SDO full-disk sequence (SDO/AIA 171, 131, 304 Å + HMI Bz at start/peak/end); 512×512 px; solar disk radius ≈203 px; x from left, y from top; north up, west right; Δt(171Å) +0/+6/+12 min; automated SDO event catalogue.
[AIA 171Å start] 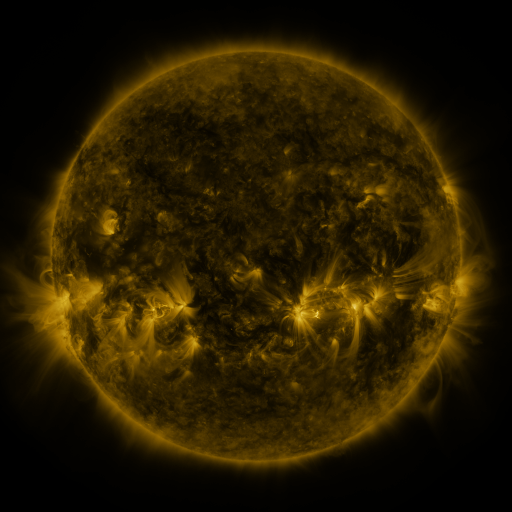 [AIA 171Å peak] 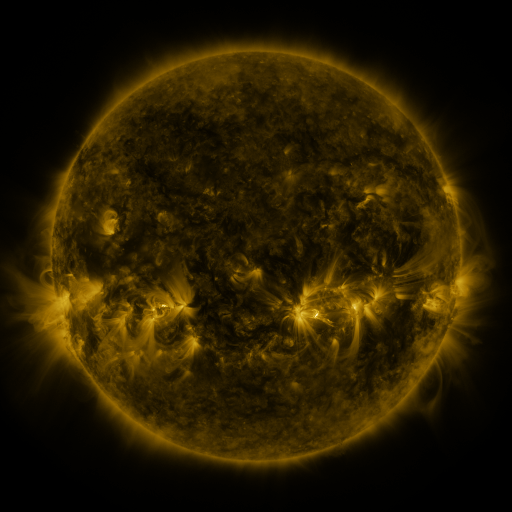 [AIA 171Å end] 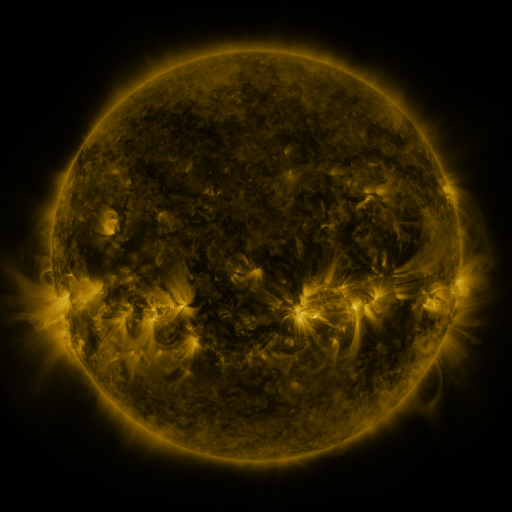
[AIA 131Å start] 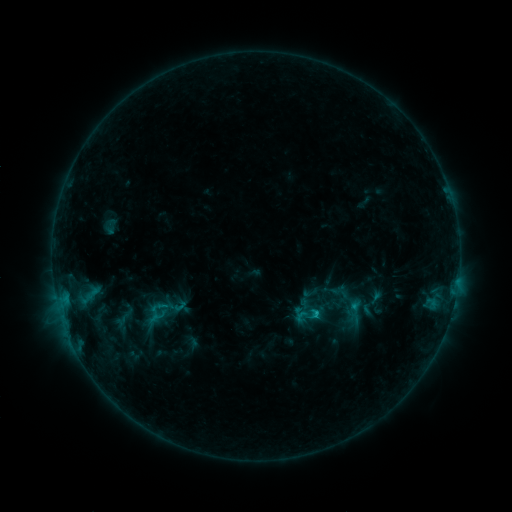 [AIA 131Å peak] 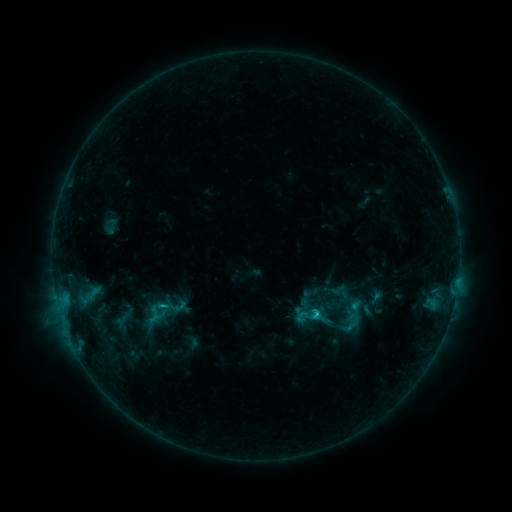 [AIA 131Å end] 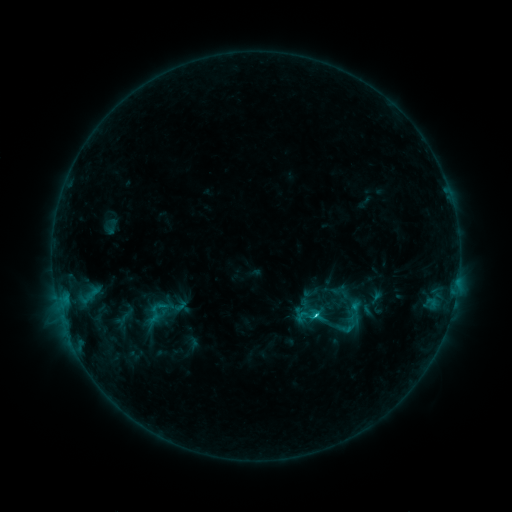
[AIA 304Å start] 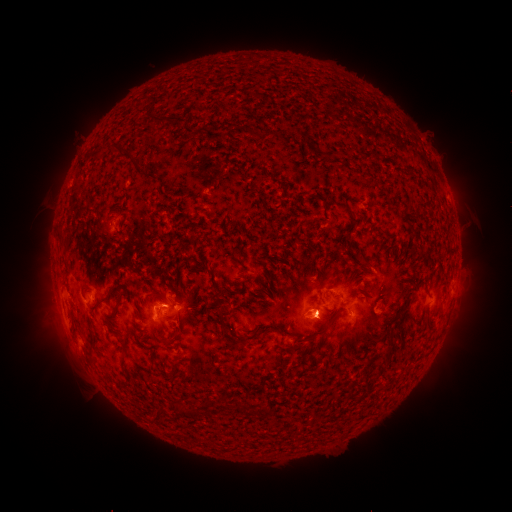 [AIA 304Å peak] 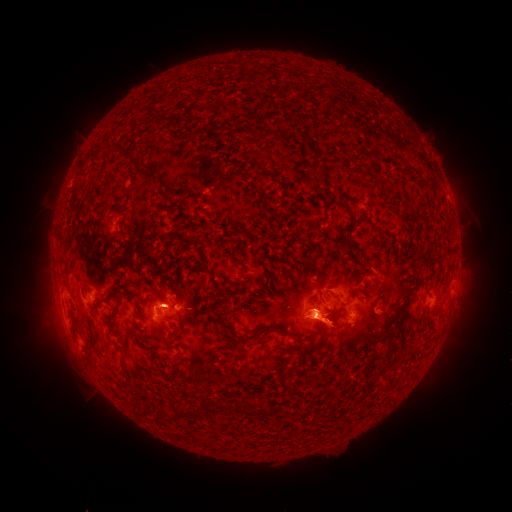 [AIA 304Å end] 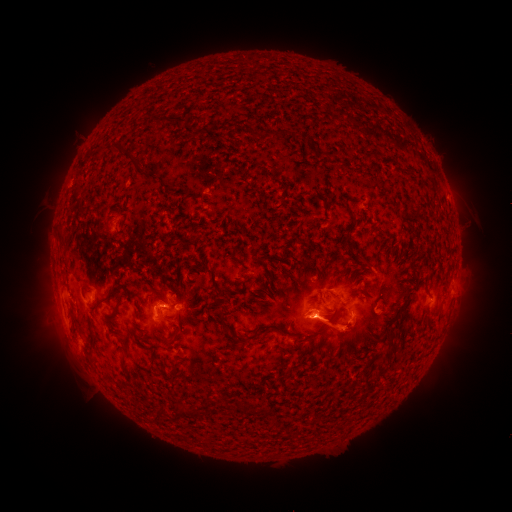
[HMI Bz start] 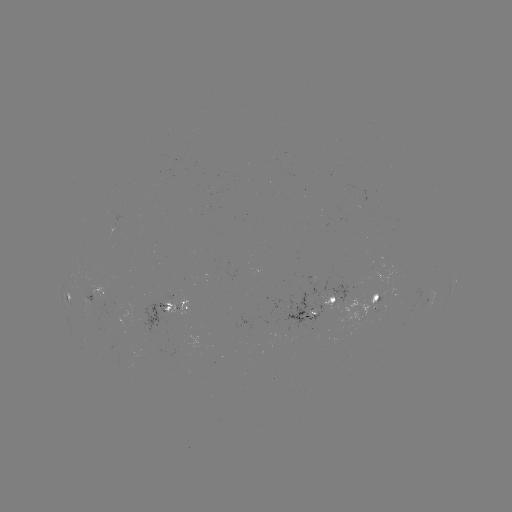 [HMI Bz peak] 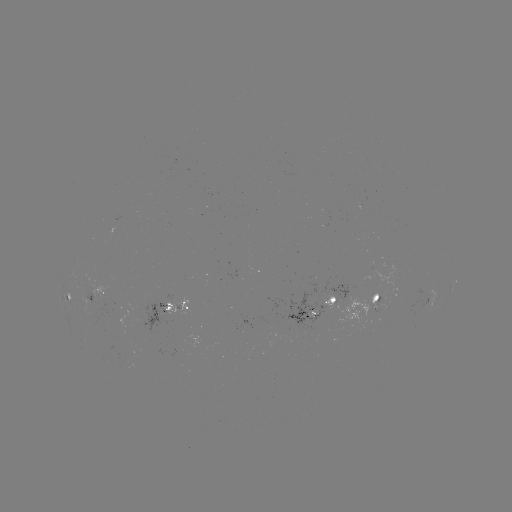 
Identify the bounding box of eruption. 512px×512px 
[361, 309, 391, 346].